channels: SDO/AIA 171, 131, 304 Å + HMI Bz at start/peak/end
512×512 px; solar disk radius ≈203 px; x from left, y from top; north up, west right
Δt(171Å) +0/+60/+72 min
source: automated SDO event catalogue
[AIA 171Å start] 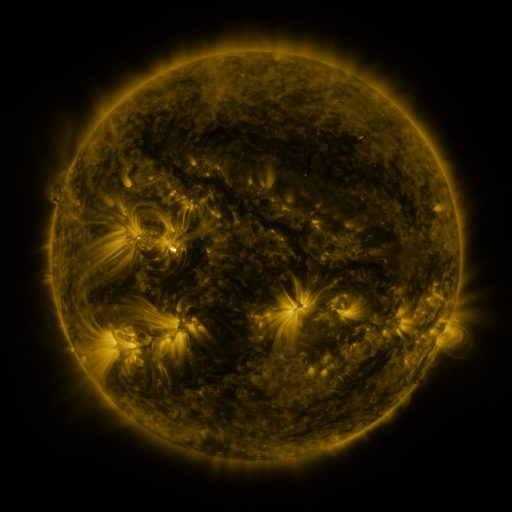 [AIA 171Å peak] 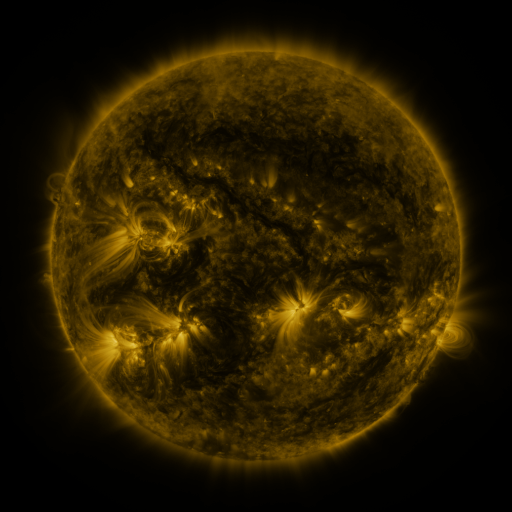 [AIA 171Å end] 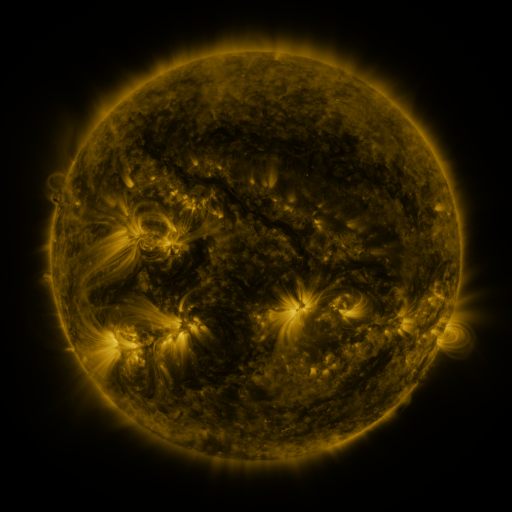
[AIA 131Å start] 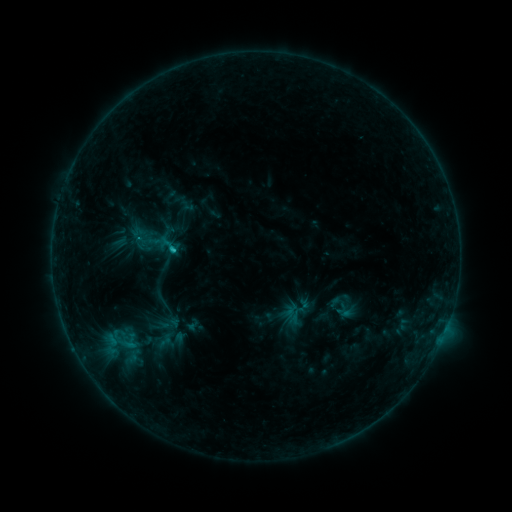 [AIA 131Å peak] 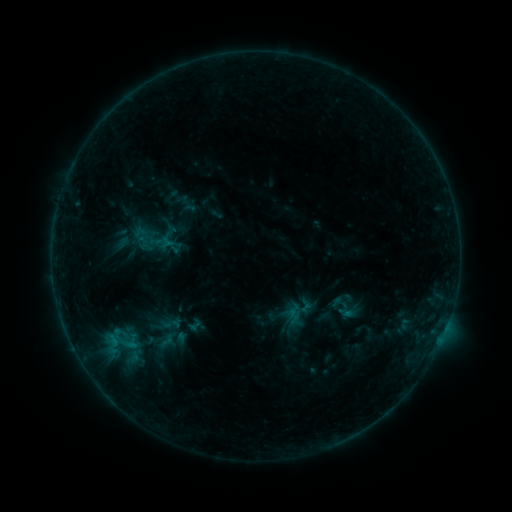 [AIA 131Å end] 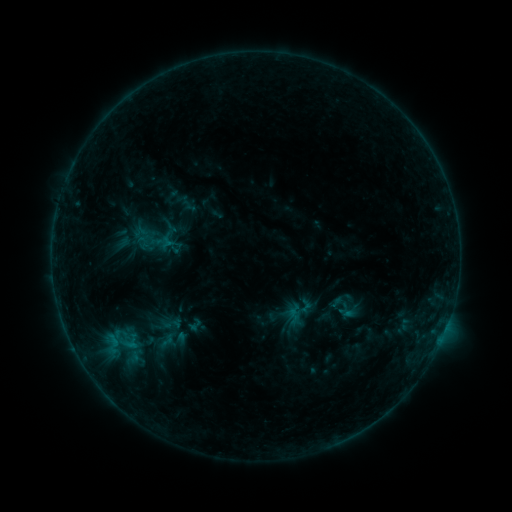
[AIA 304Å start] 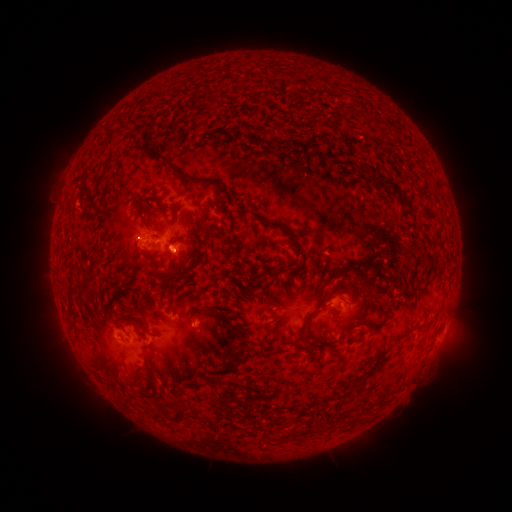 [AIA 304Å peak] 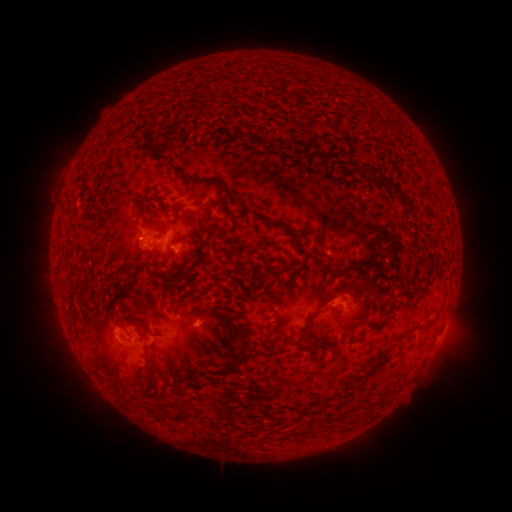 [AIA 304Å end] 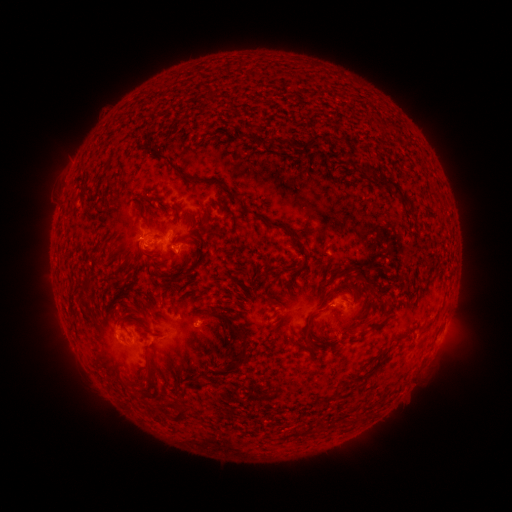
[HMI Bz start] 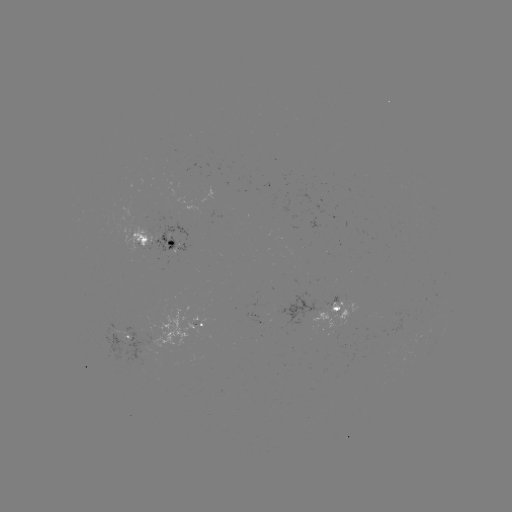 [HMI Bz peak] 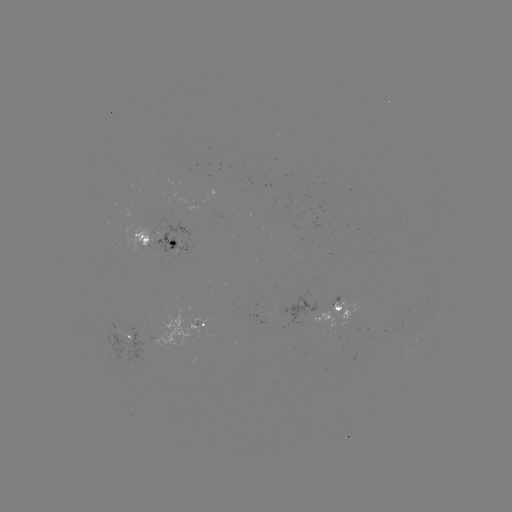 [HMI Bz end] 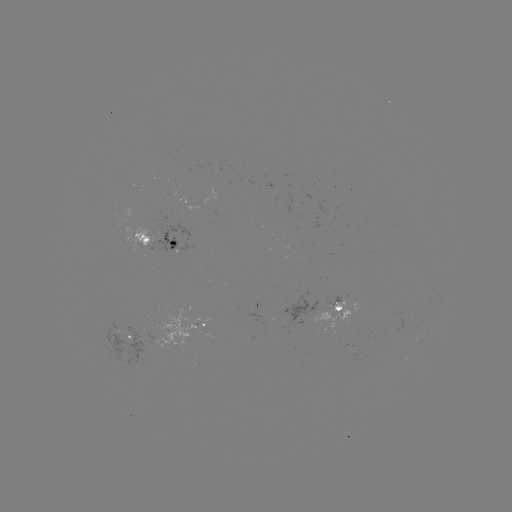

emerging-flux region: (89, 311, 162, 369)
